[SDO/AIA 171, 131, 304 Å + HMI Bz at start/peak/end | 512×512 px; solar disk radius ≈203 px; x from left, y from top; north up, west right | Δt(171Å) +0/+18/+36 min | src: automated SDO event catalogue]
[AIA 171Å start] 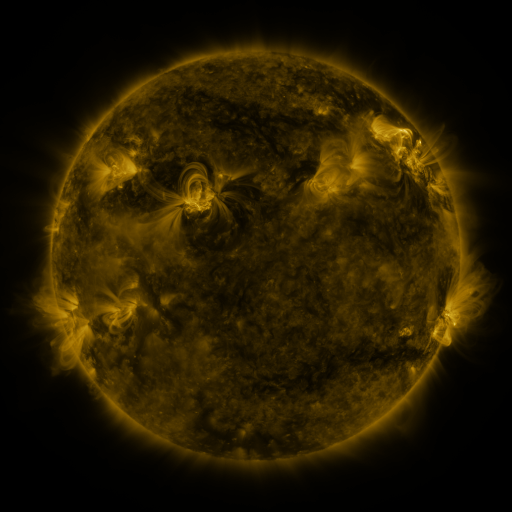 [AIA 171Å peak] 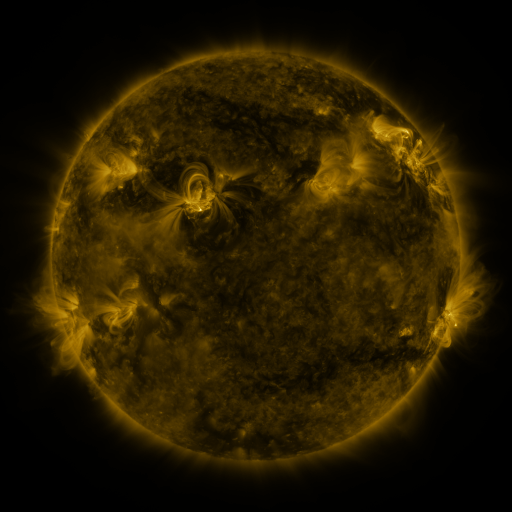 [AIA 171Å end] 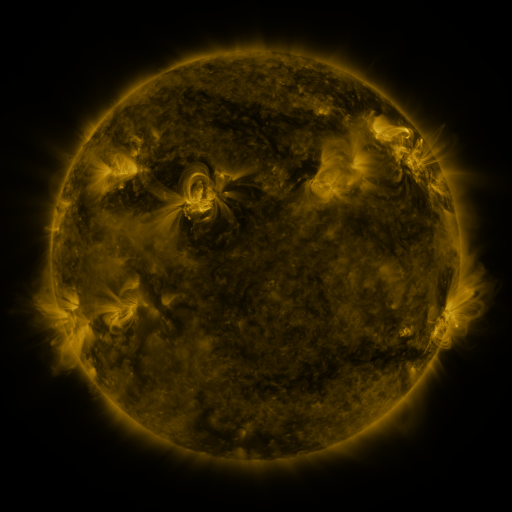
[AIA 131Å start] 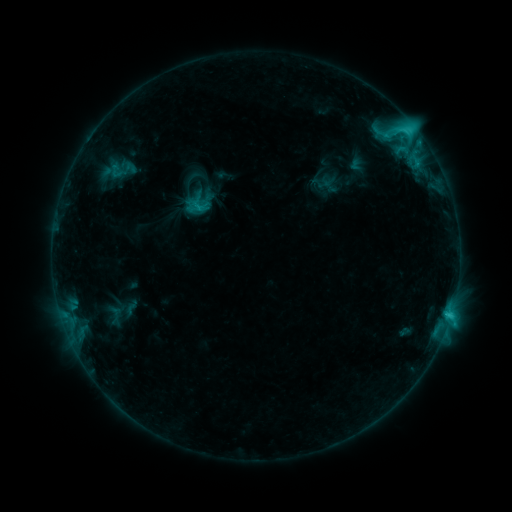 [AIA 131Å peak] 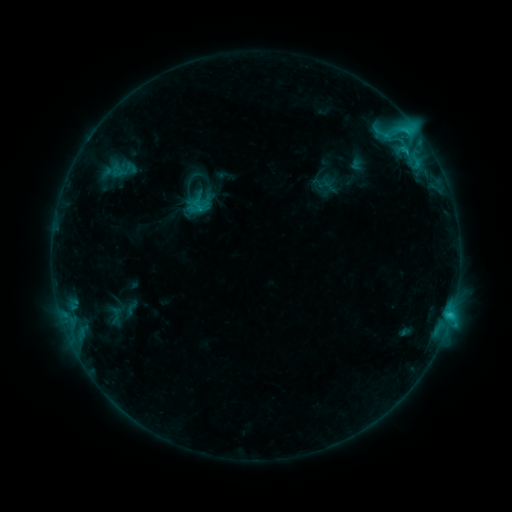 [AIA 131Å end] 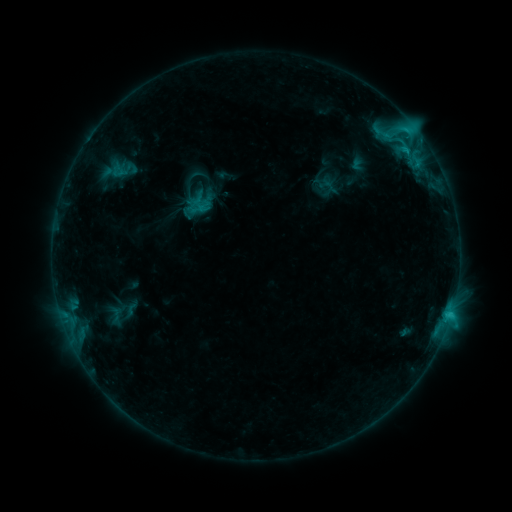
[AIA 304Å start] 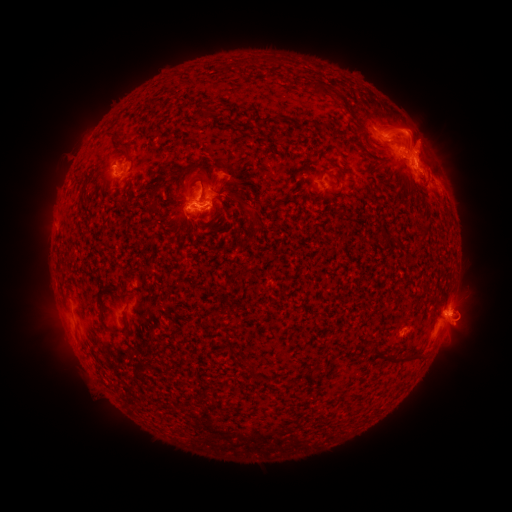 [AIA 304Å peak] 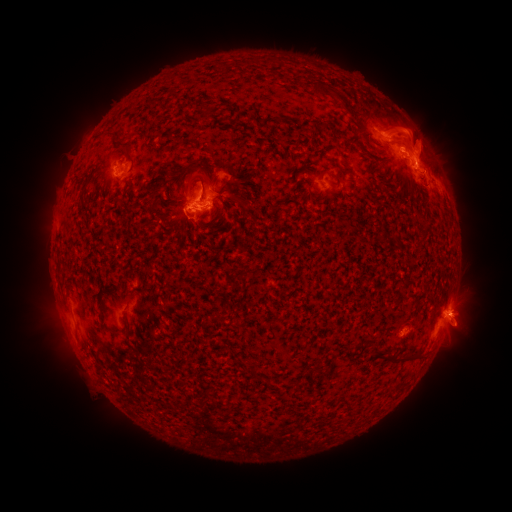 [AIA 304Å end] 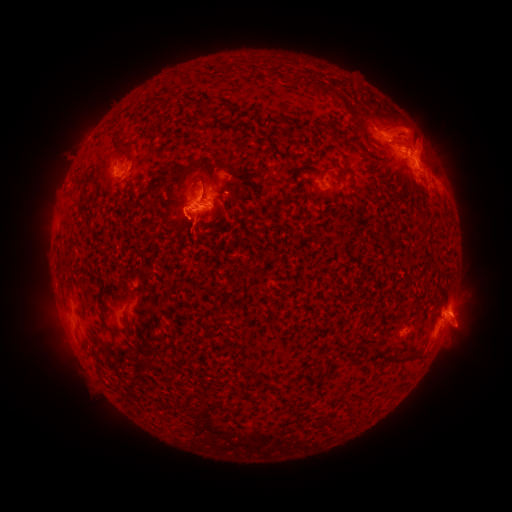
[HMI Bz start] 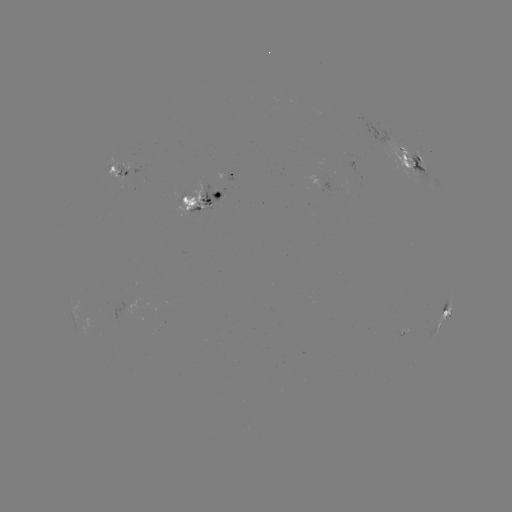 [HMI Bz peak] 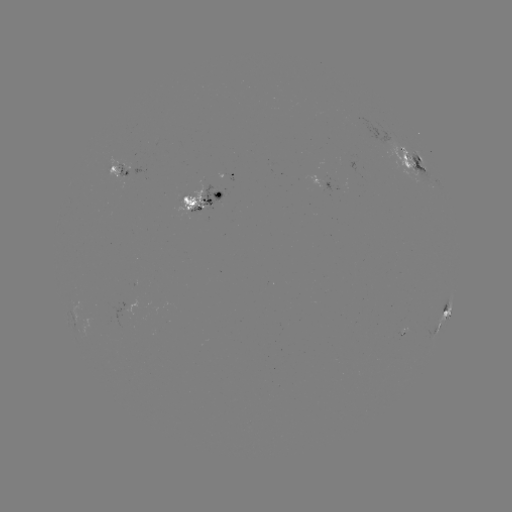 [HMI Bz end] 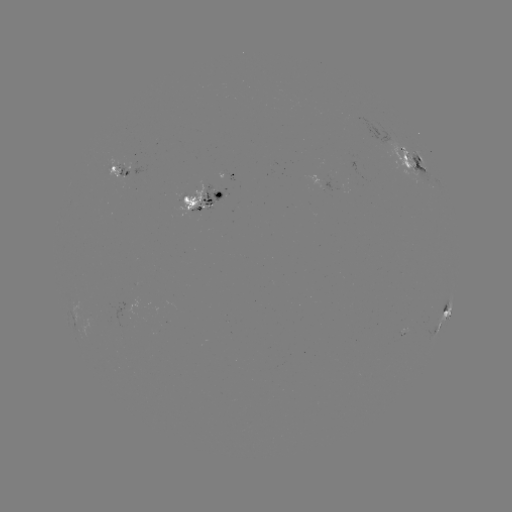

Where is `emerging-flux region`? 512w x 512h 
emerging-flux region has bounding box [182, 185, 203, 211].